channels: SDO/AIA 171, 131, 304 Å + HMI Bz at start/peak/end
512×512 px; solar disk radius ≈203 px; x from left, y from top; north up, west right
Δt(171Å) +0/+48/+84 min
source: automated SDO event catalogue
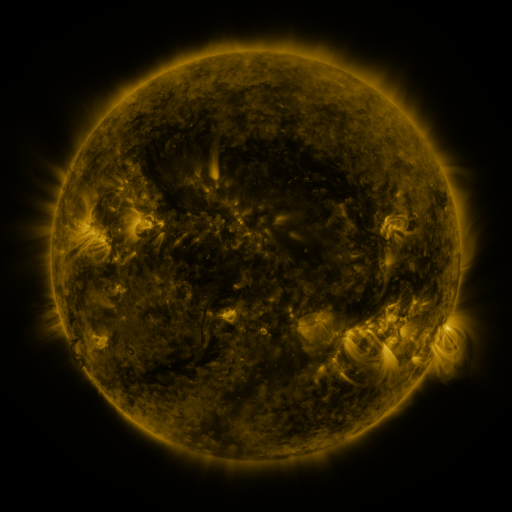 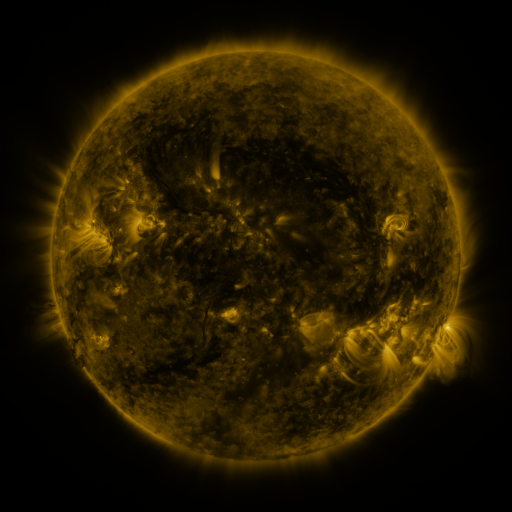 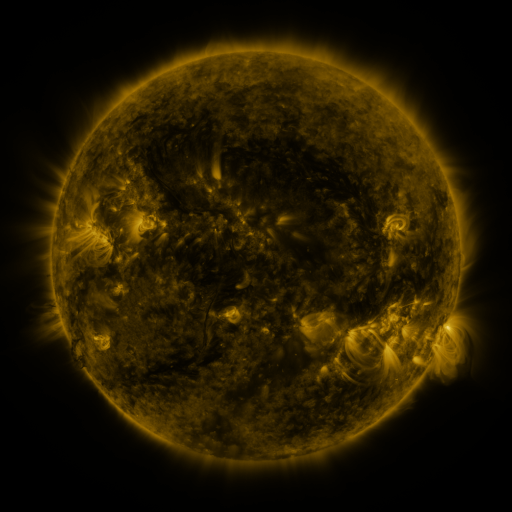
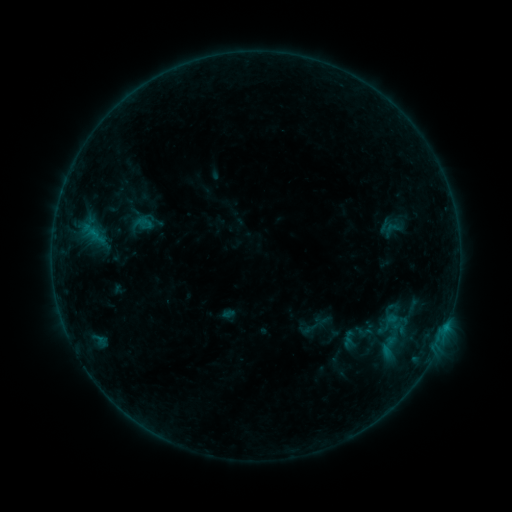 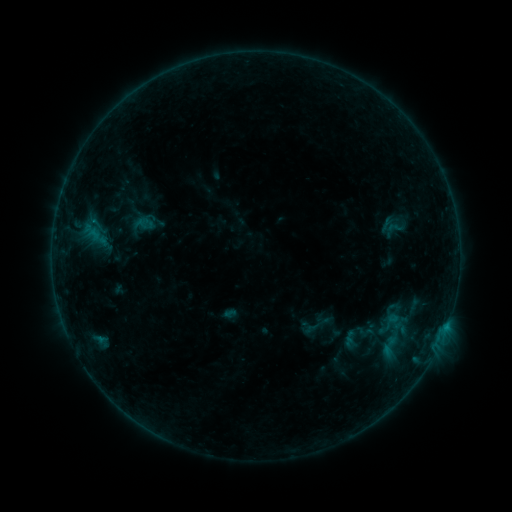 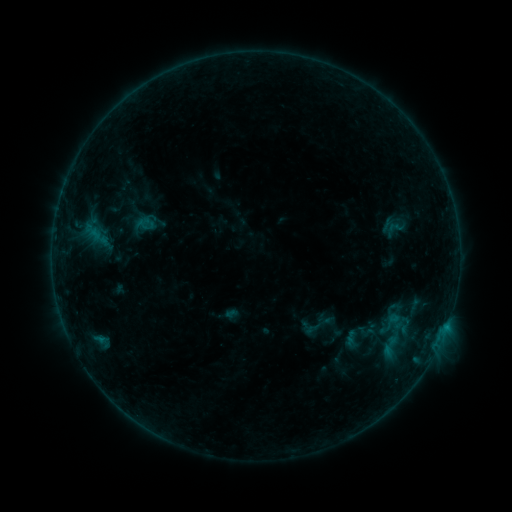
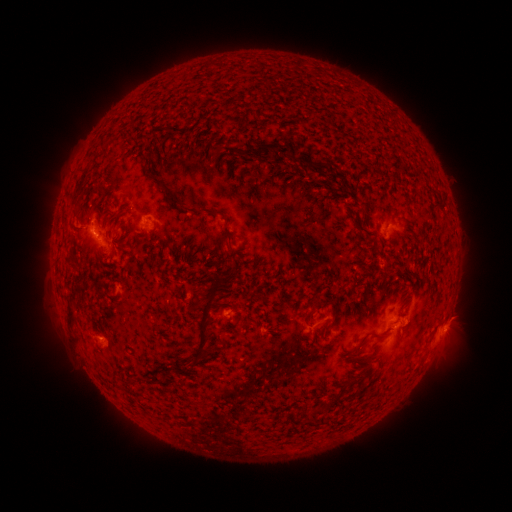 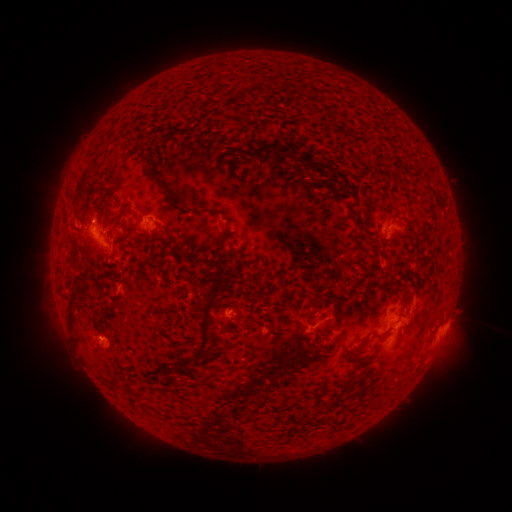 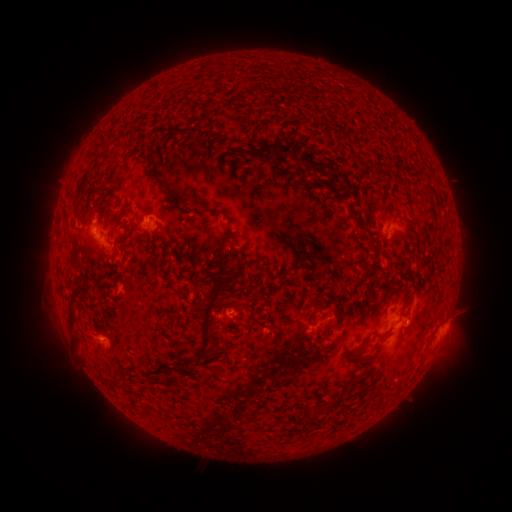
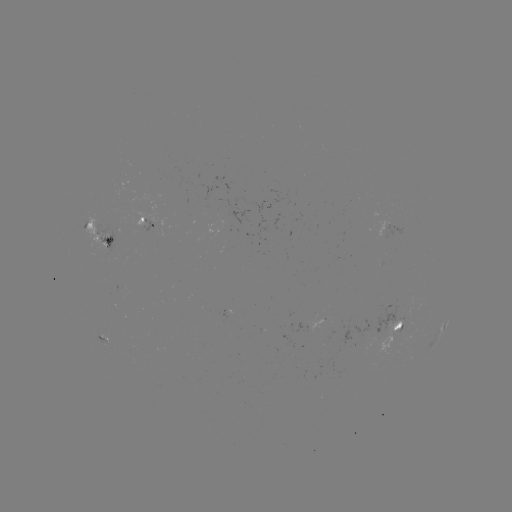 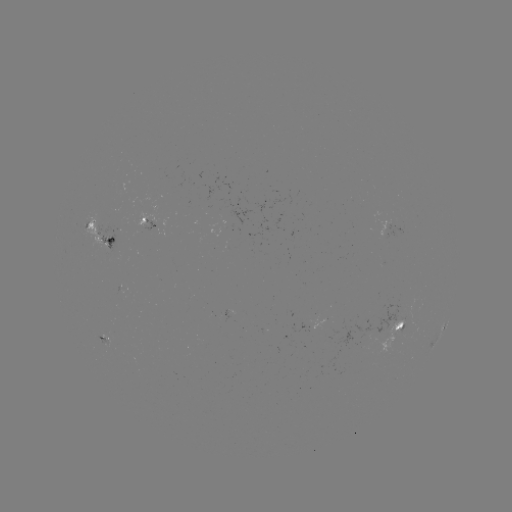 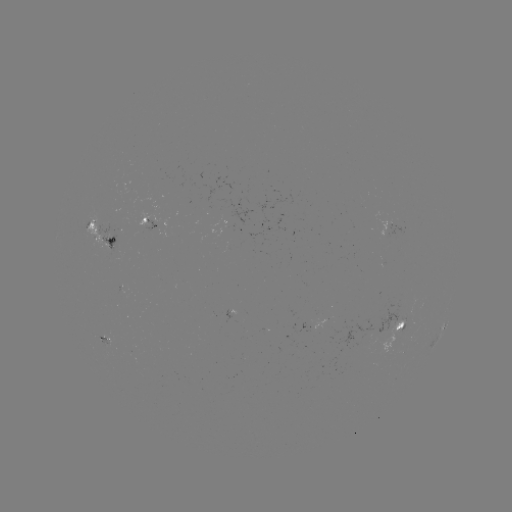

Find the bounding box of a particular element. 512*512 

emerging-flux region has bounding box [224, 222, 238, 232].